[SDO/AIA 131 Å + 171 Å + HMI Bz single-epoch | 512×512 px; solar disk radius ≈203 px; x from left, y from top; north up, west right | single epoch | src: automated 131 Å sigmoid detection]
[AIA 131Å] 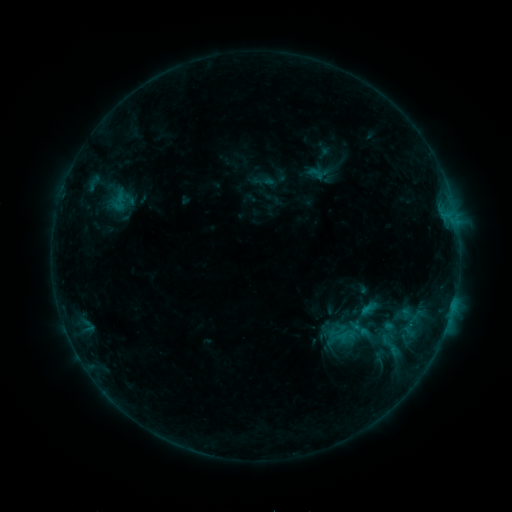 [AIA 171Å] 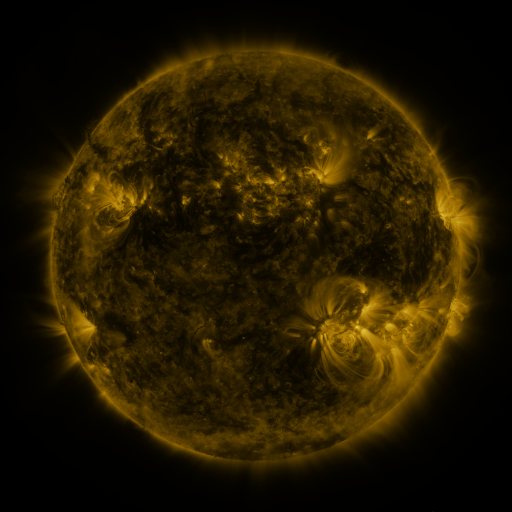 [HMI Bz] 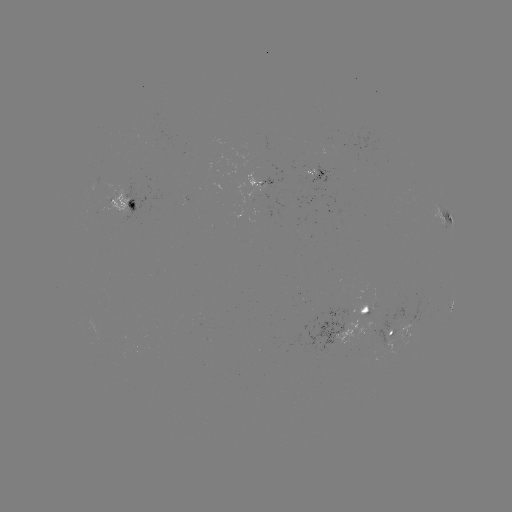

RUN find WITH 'sigmoid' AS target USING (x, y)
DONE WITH (391, 344) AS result